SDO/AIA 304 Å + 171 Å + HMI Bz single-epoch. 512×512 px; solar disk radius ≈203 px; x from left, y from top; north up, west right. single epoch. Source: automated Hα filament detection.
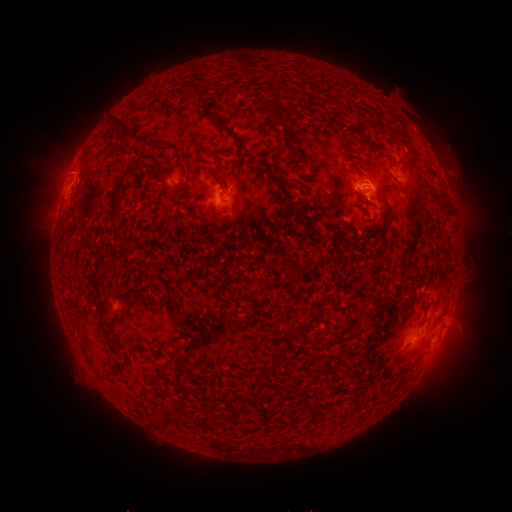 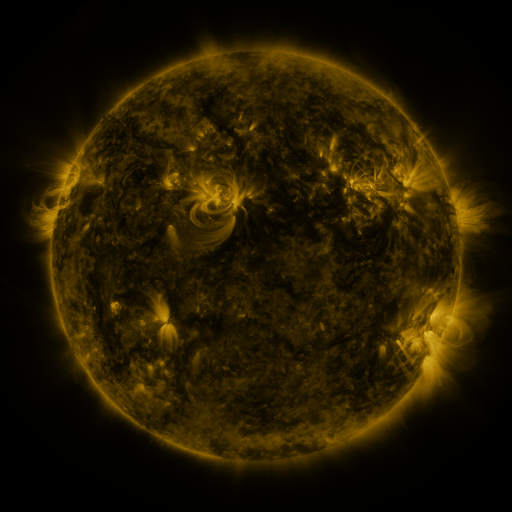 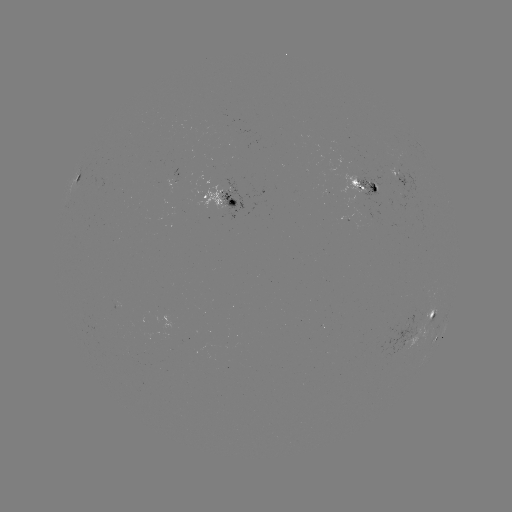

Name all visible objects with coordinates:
filament: (273, 110, 284, 123)
filament: (111, 115, 134, 138)
filament: (211, 115, 223, 126)
filament: (235, 139, 244, 152)
filament: (109, 161, 140, 219)
filament: (293, 202, 301, 213)
filament: (122, 233, 135, 246)
filament: (427, 311, 435, 321)
filament: (283, 321, 311, 339)
